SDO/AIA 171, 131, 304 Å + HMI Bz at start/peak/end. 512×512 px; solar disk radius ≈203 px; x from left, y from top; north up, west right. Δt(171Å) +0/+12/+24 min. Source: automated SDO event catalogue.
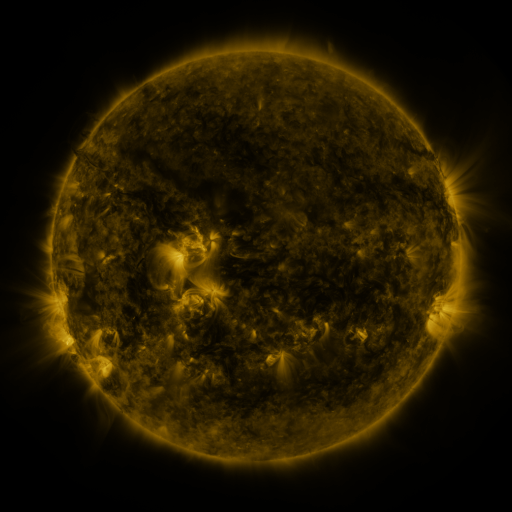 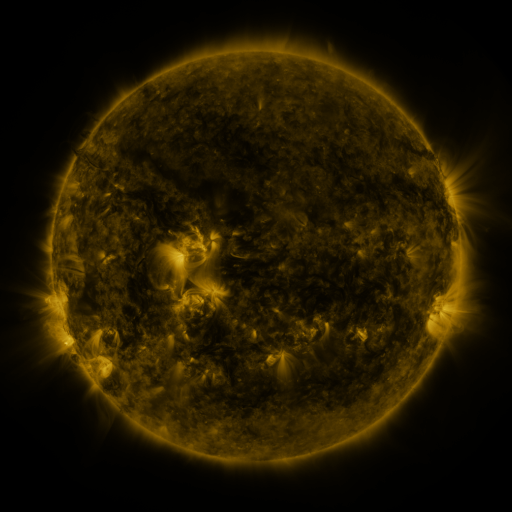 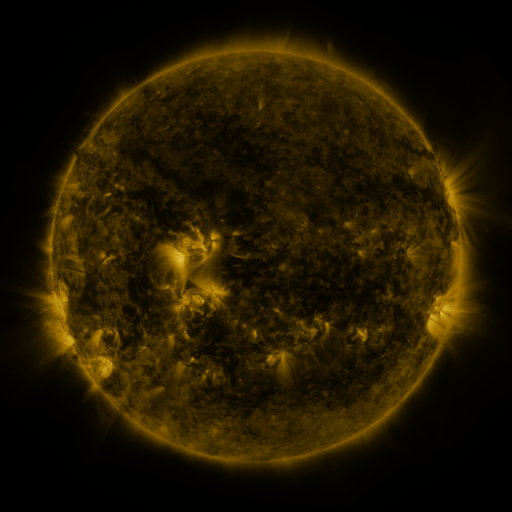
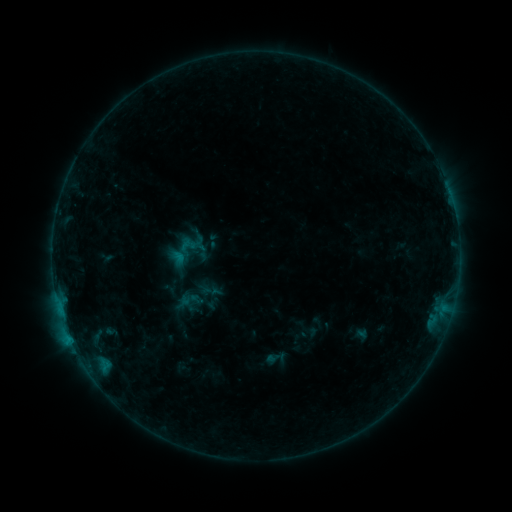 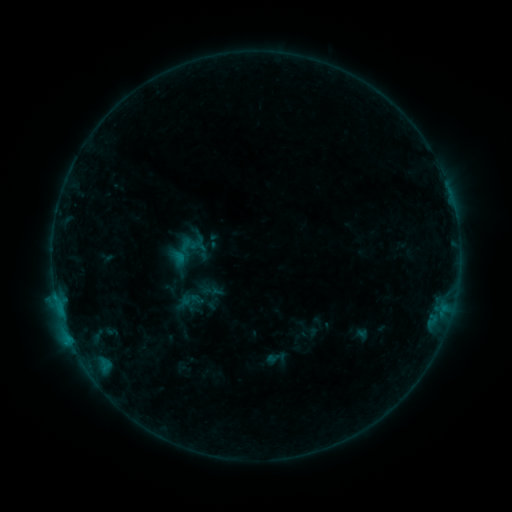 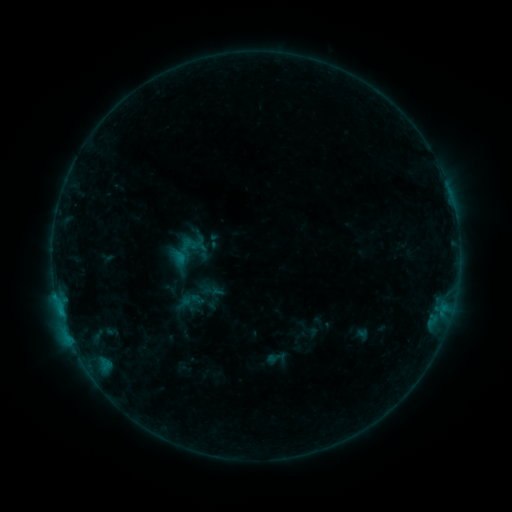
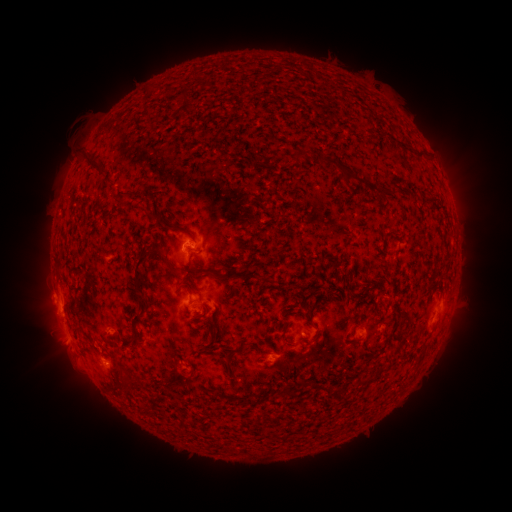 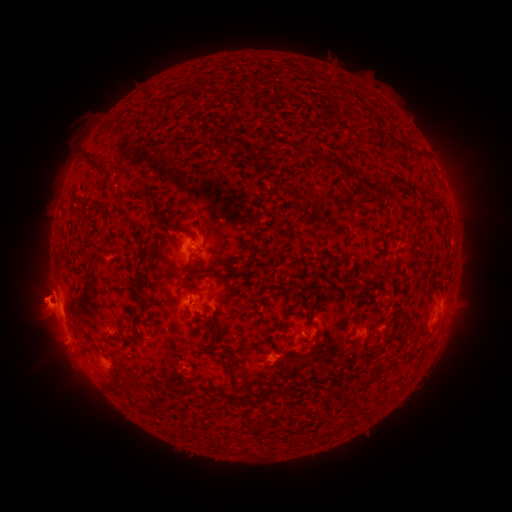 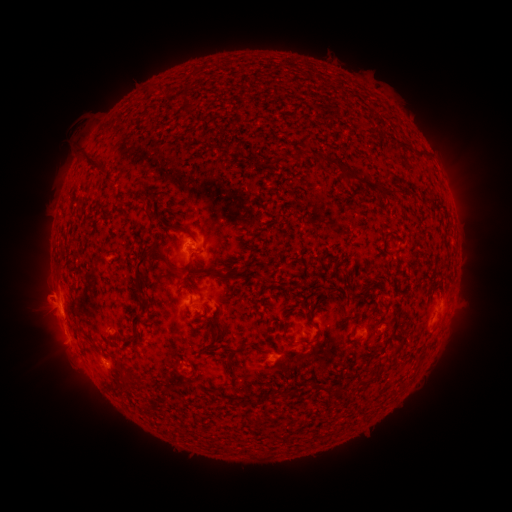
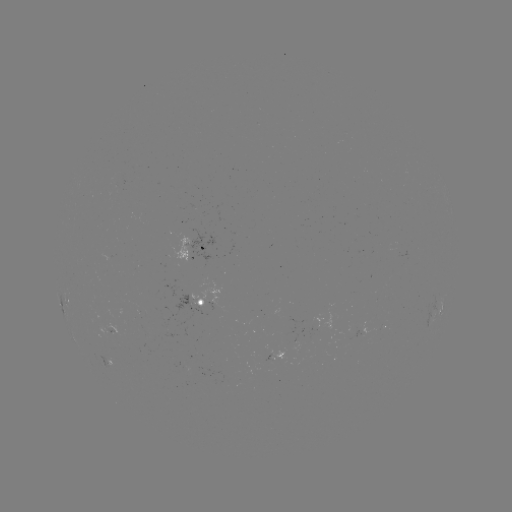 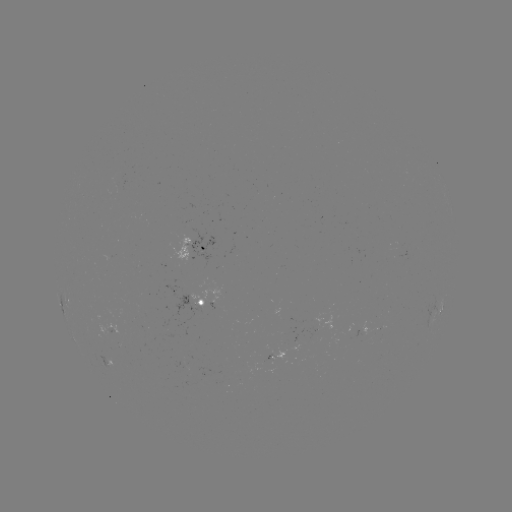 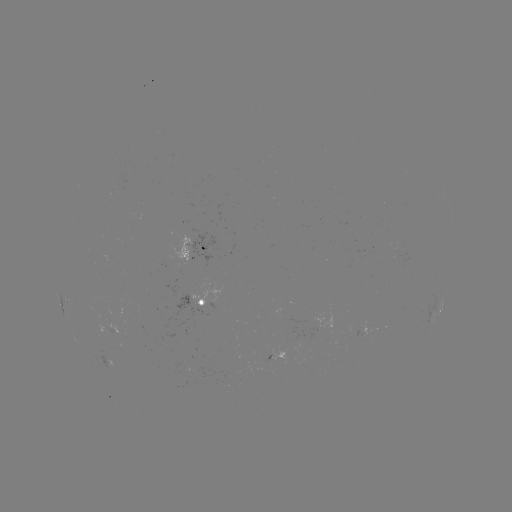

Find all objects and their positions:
eruption: (39, 304)
